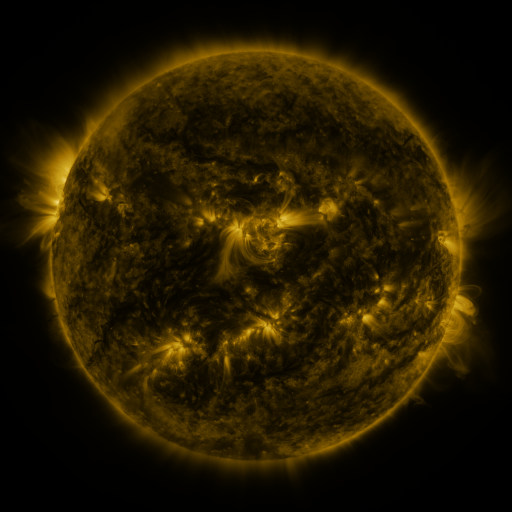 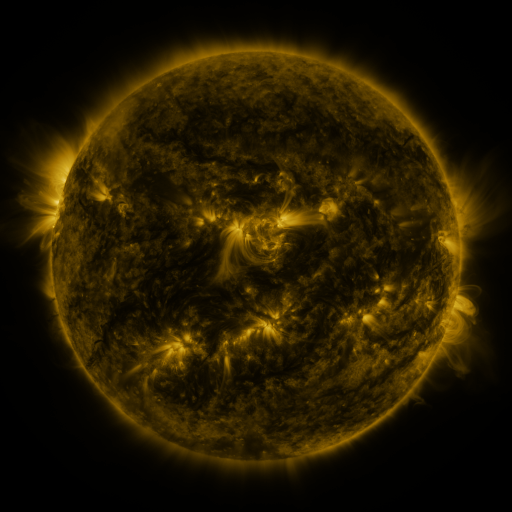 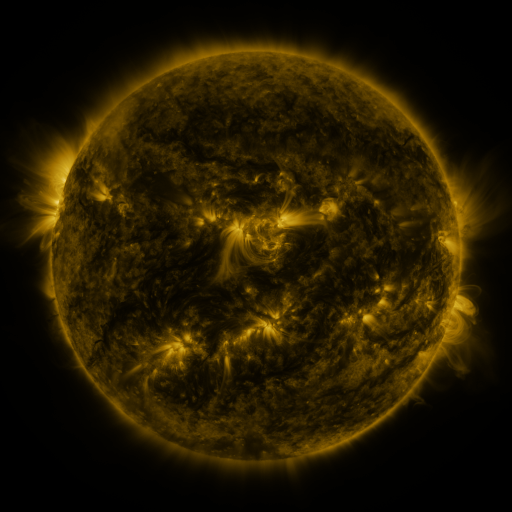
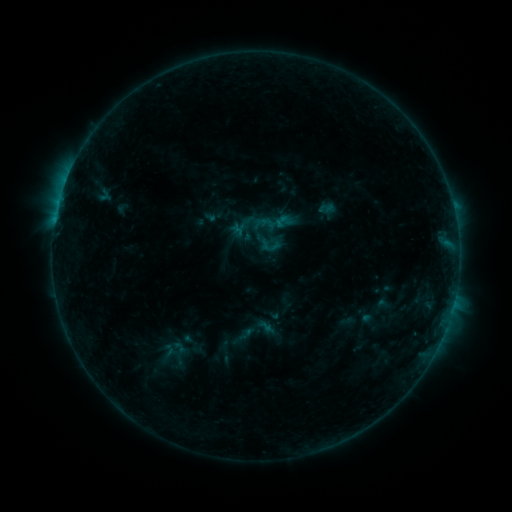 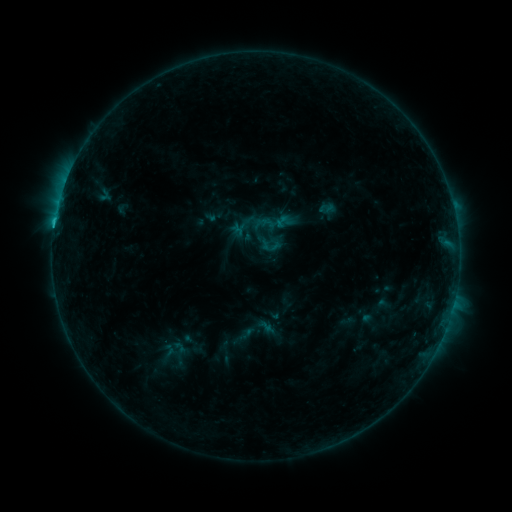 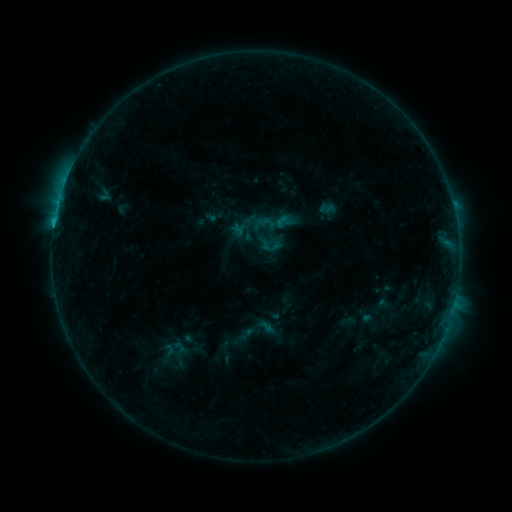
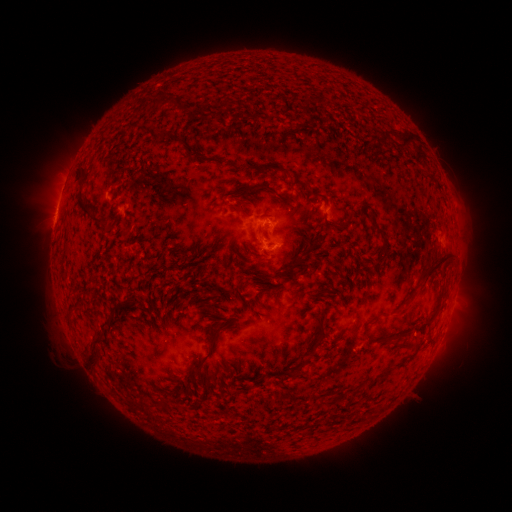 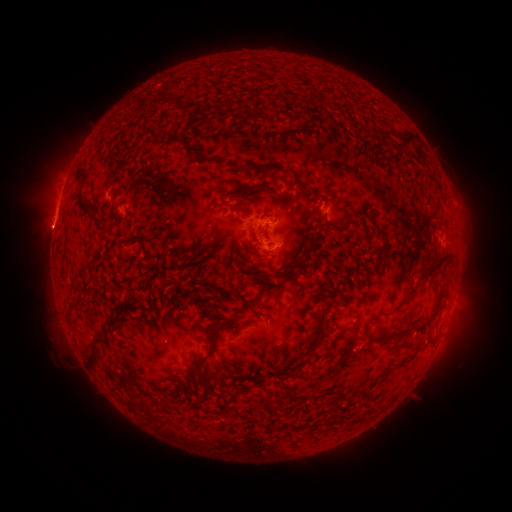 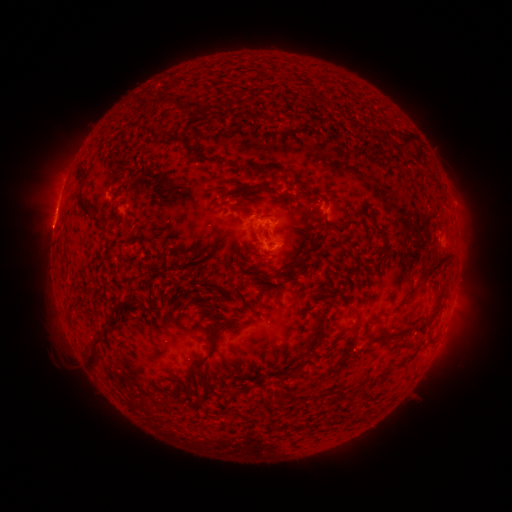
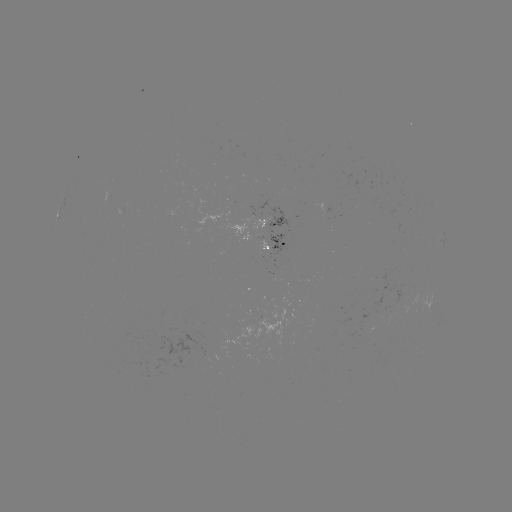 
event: flare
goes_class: B8.0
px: (57, 221)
